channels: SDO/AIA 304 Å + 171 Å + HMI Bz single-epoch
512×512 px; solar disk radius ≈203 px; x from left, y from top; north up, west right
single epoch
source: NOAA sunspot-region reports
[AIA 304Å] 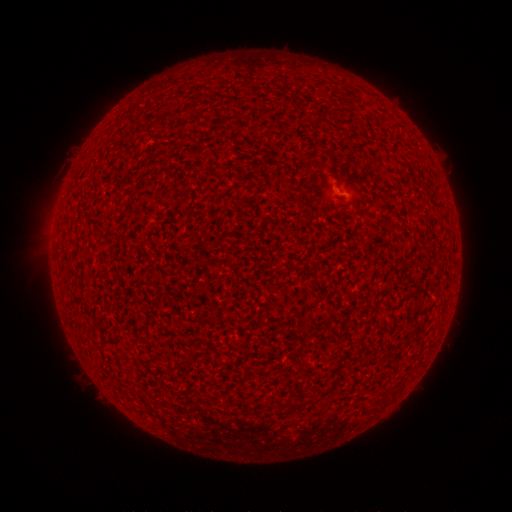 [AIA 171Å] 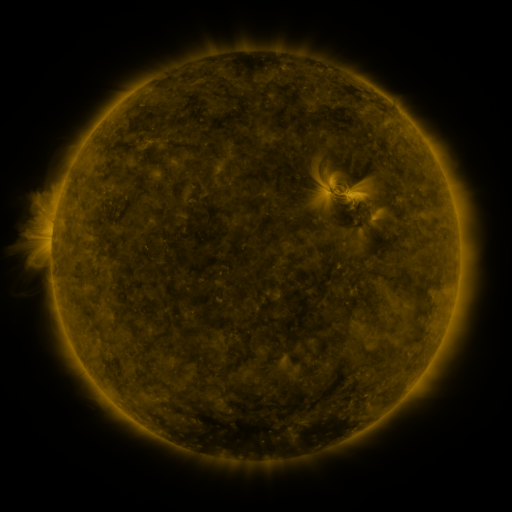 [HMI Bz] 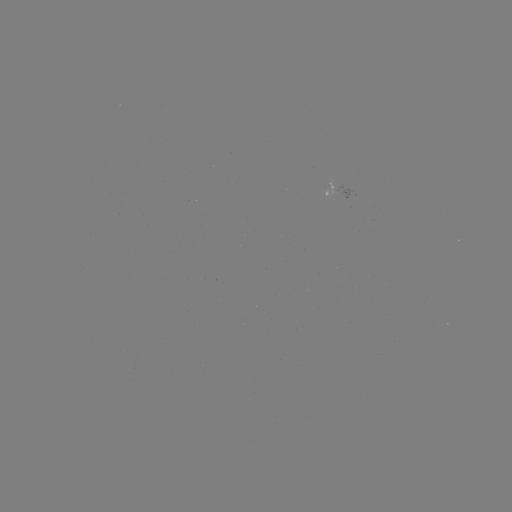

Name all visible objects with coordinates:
(none)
